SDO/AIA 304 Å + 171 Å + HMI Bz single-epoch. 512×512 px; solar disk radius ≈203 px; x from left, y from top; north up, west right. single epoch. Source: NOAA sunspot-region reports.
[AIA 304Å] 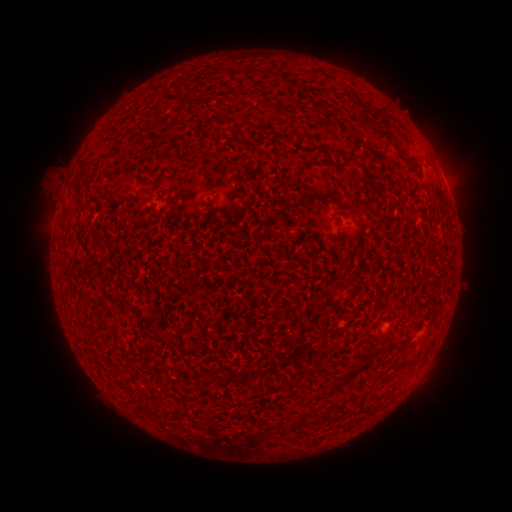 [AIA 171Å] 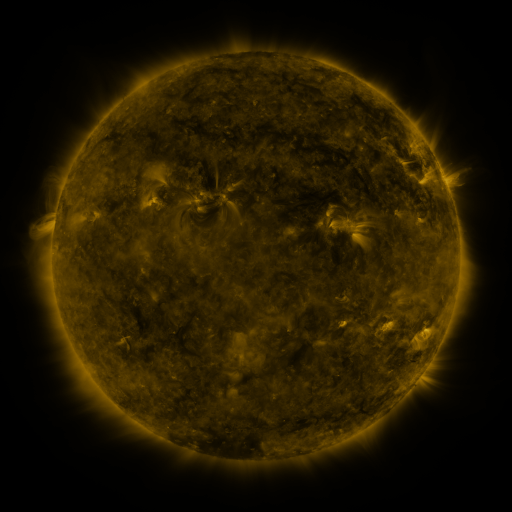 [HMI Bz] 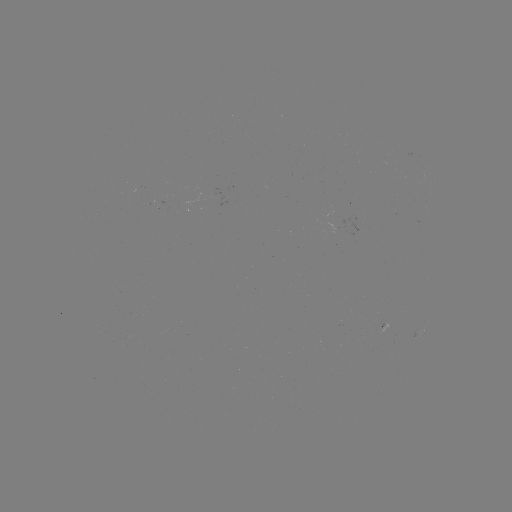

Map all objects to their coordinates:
(none)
